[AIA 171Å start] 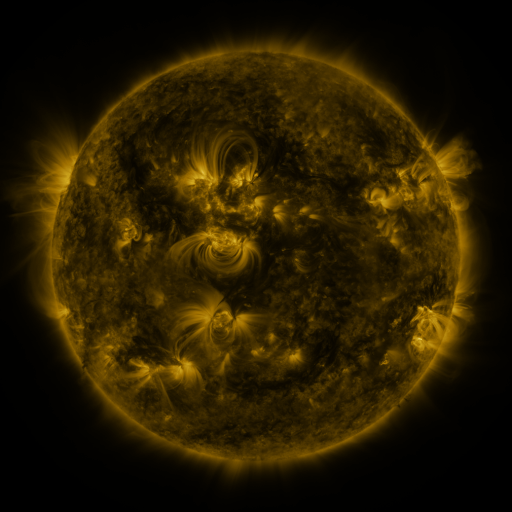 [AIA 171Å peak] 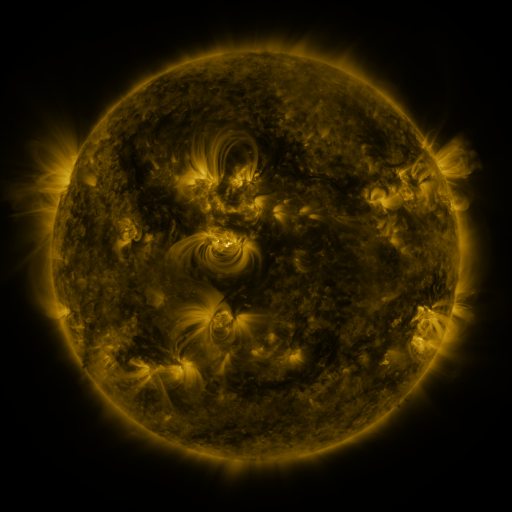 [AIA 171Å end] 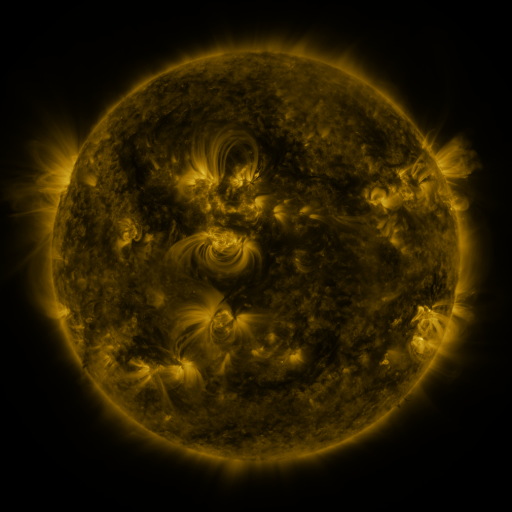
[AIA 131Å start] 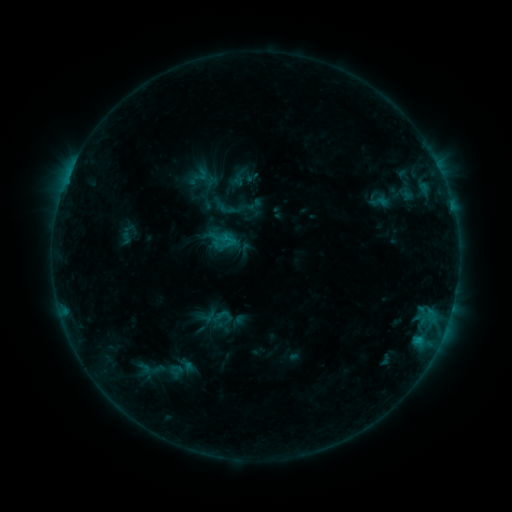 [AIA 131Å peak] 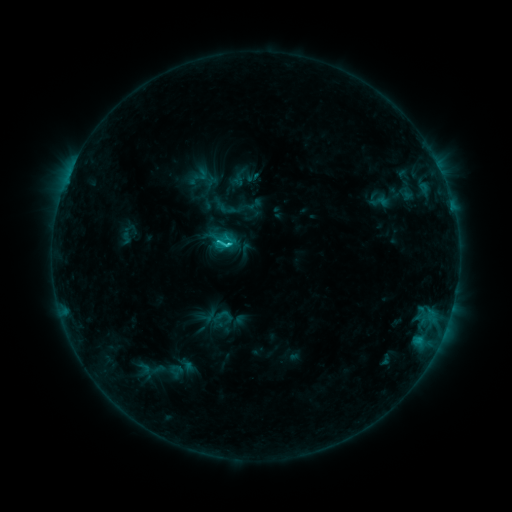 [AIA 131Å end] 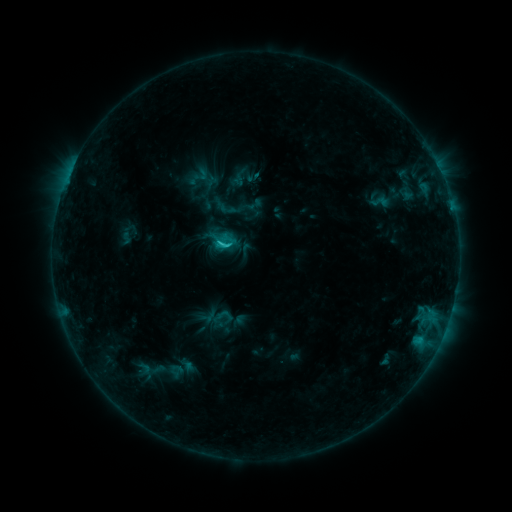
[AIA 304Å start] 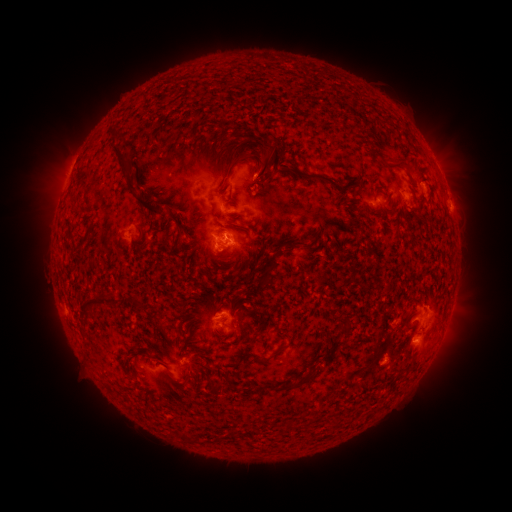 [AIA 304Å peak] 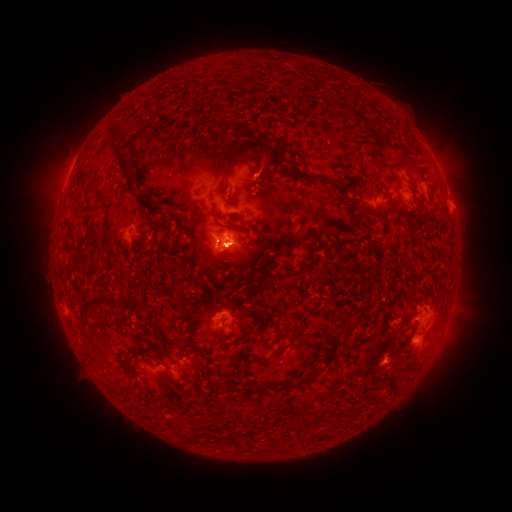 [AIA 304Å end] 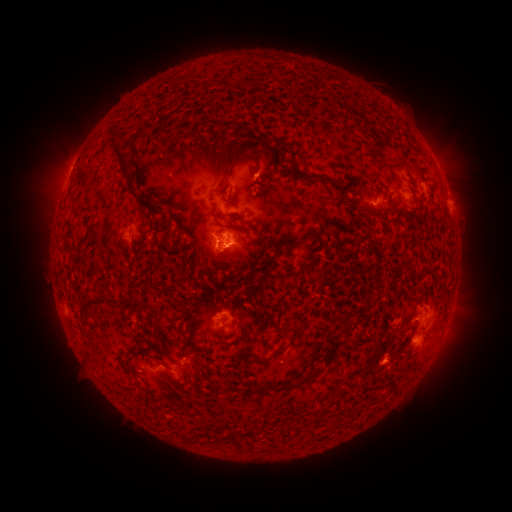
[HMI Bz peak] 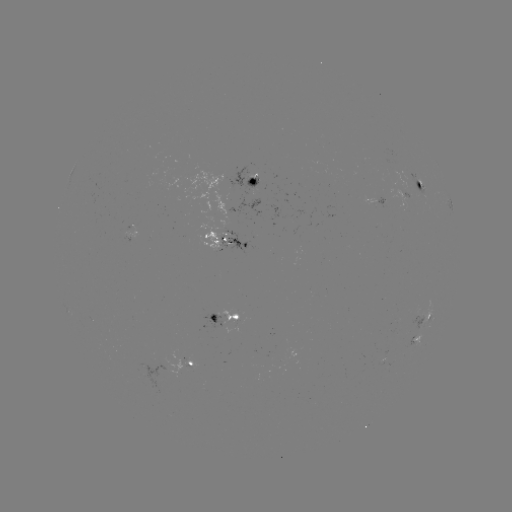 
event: eruption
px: (460, 200)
